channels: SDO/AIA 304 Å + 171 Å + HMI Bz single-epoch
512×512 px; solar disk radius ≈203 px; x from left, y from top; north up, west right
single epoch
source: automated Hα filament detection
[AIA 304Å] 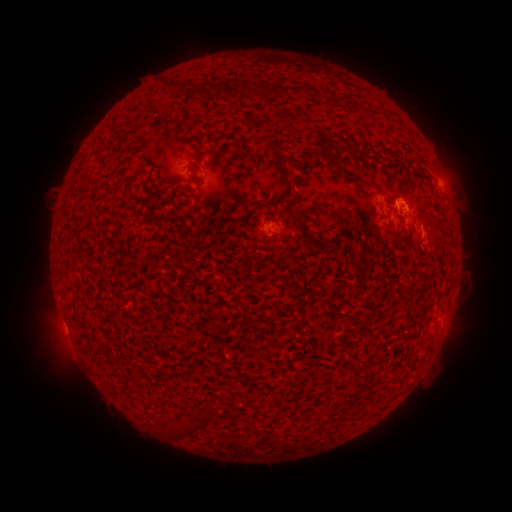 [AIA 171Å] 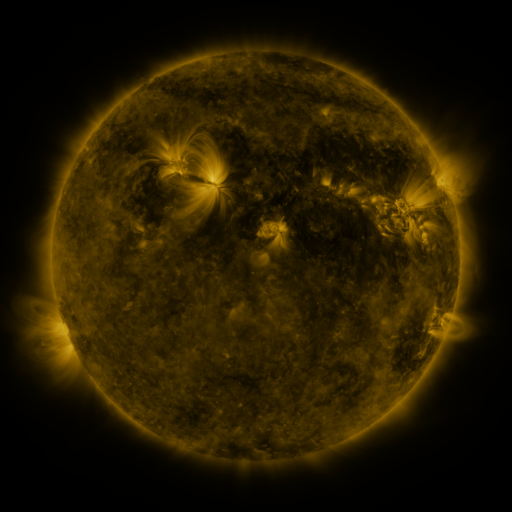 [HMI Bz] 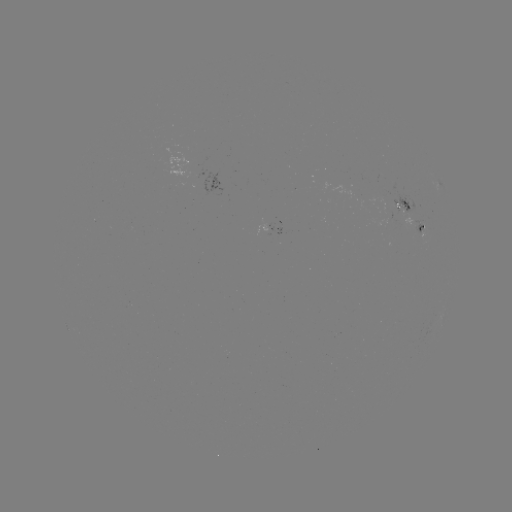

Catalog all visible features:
filament: [166, 79, 190, 95]
filament: [227, 83, 243, 96]
filament: [199, 85, 212, 98]
filament: [267, 142, 280, 154]
filament: [327, 151, 379, 195]
filament: [275, 156, 300, 223]
filament: [413, 231, 425, 247]
